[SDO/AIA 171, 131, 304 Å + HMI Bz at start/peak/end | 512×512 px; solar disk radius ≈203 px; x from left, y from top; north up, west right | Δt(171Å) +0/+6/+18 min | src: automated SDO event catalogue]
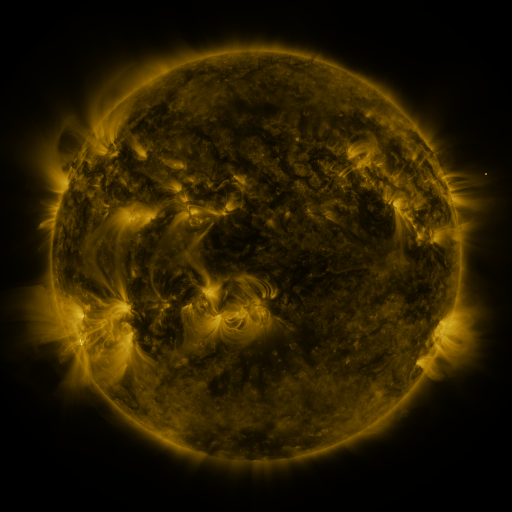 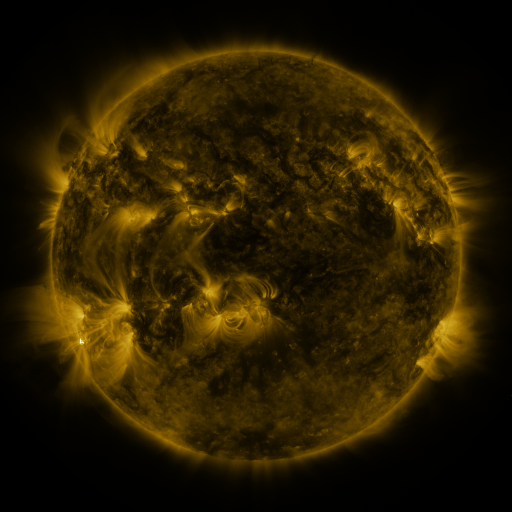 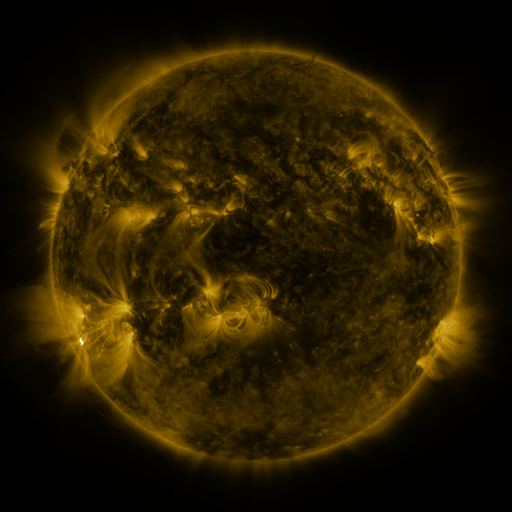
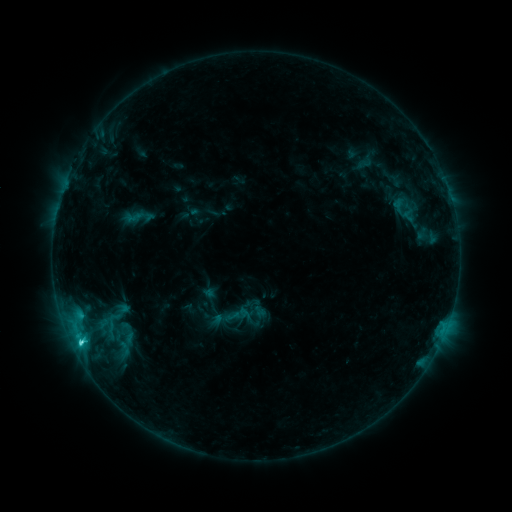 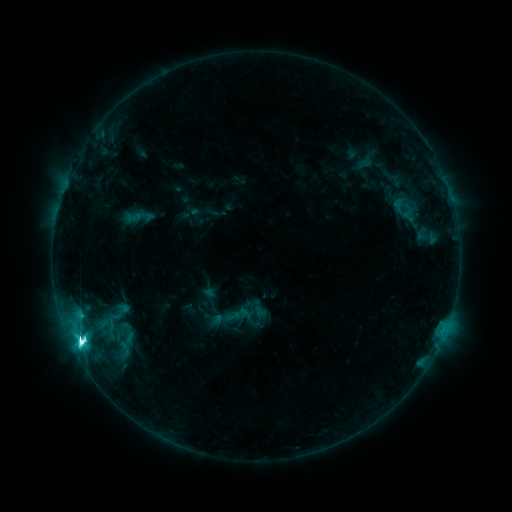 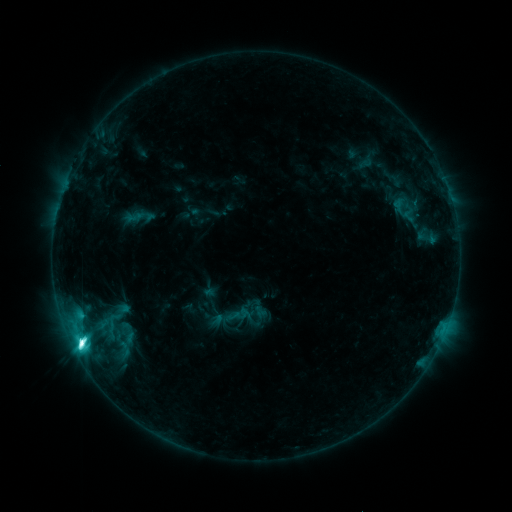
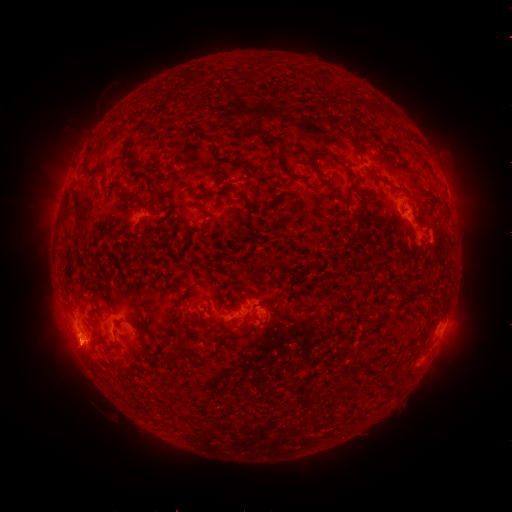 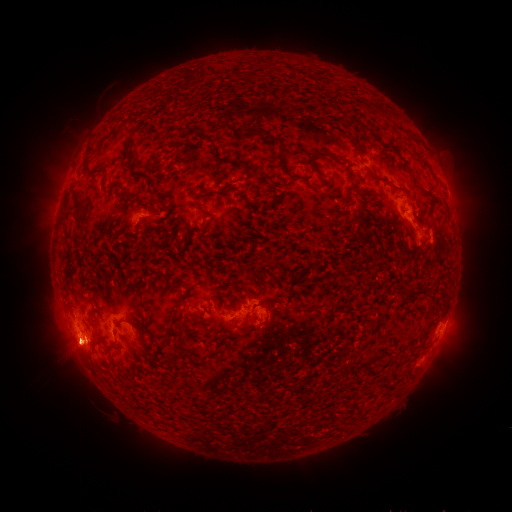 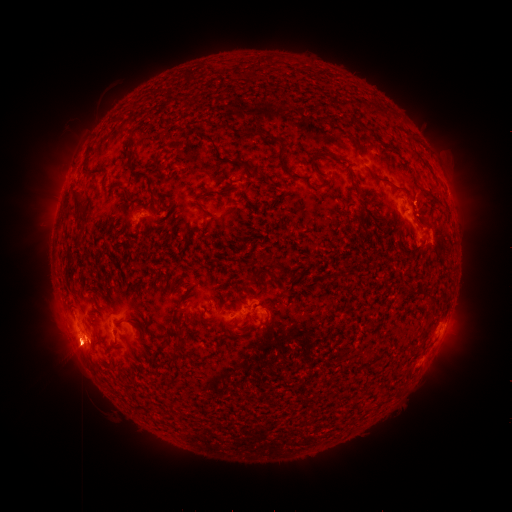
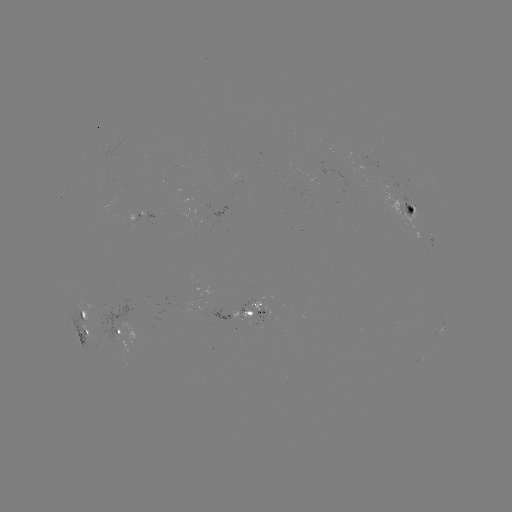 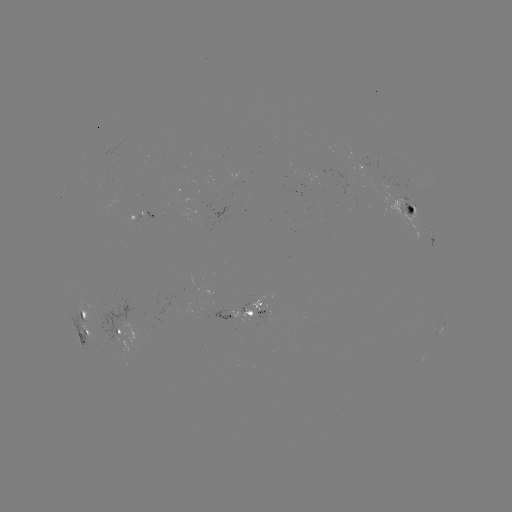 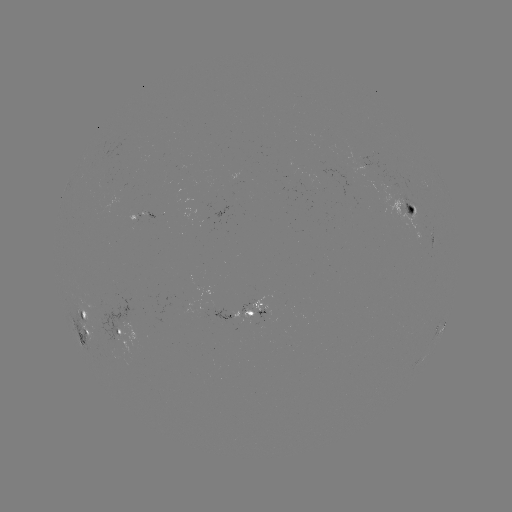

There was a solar flare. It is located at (82, 338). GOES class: M1.9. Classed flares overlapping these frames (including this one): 1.